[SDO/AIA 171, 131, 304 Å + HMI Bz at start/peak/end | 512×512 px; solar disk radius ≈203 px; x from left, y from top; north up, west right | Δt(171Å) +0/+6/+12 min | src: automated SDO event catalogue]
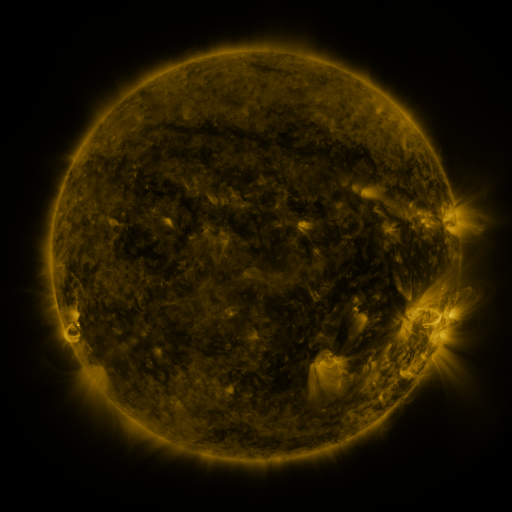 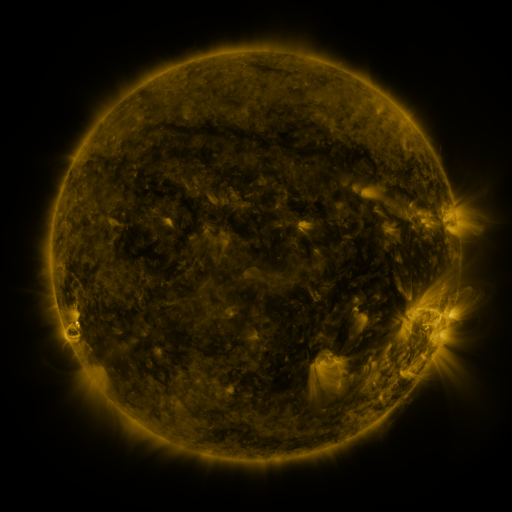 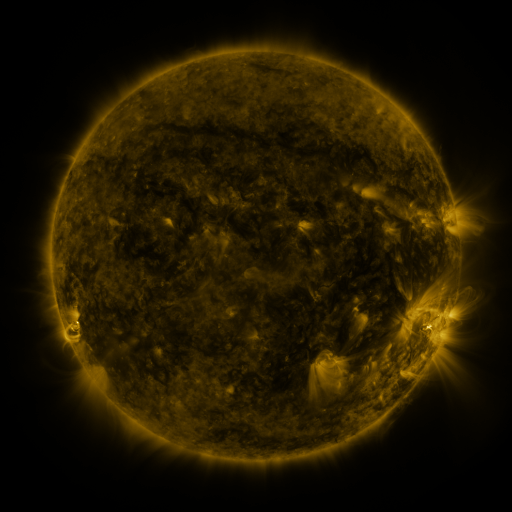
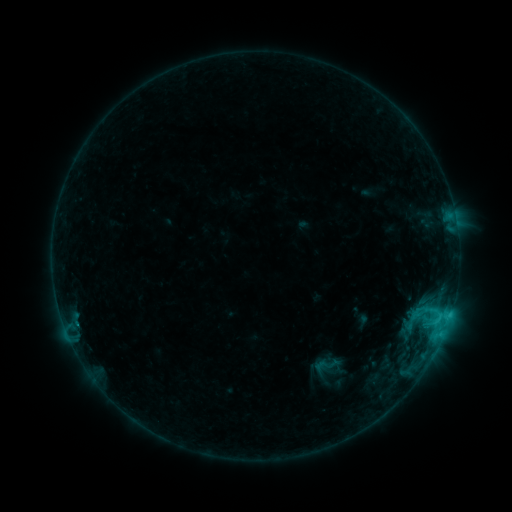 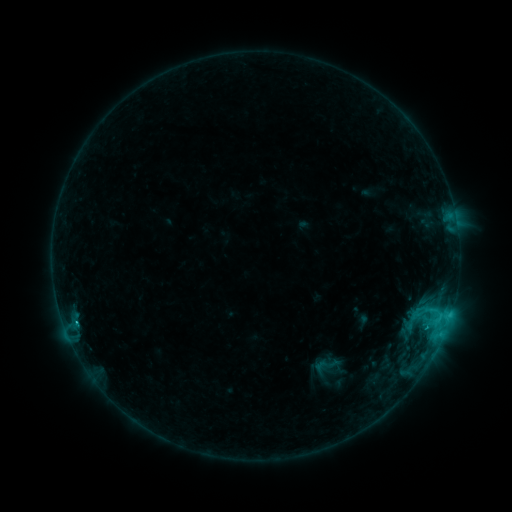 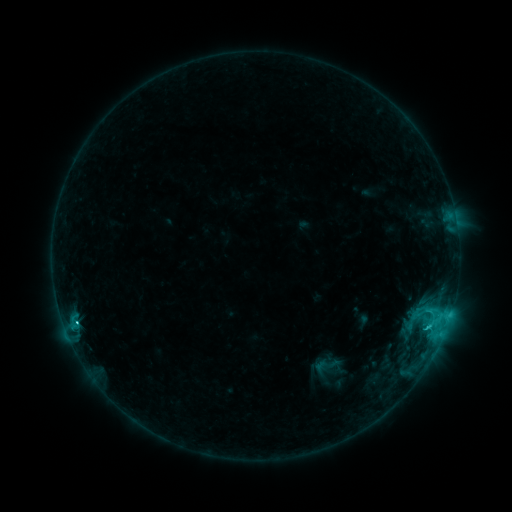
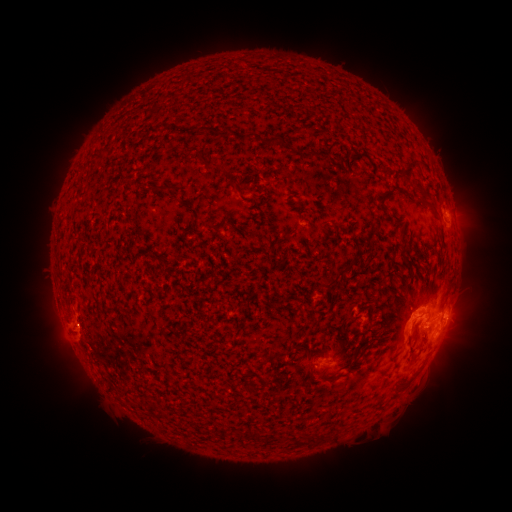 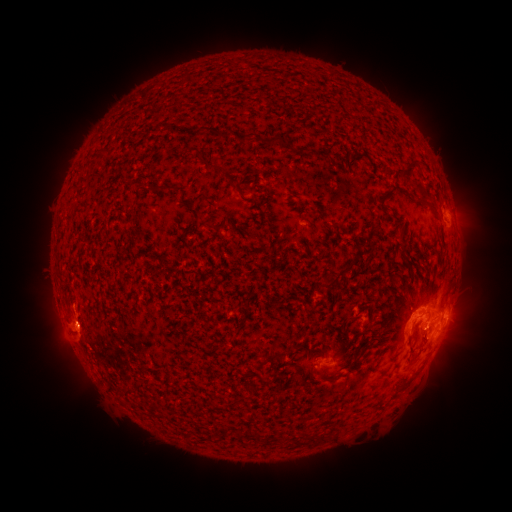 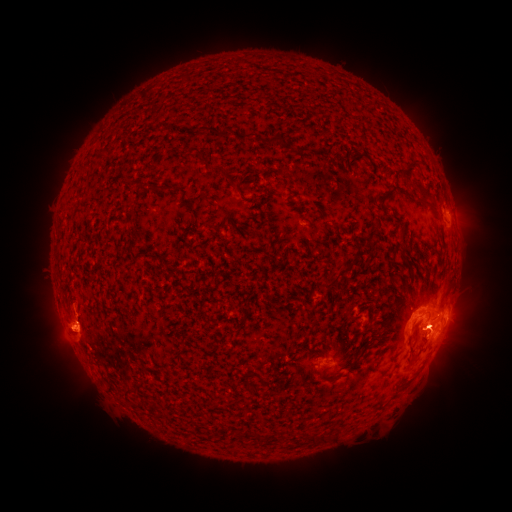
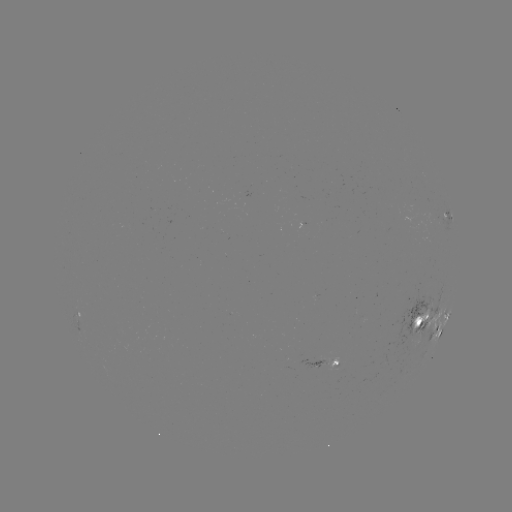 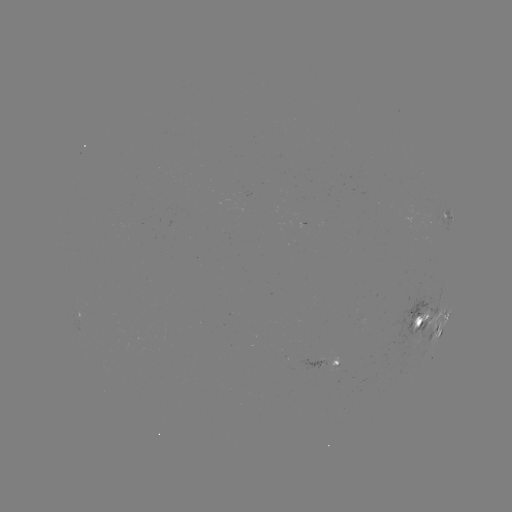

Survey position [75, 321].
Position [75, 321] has C3.8 flare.